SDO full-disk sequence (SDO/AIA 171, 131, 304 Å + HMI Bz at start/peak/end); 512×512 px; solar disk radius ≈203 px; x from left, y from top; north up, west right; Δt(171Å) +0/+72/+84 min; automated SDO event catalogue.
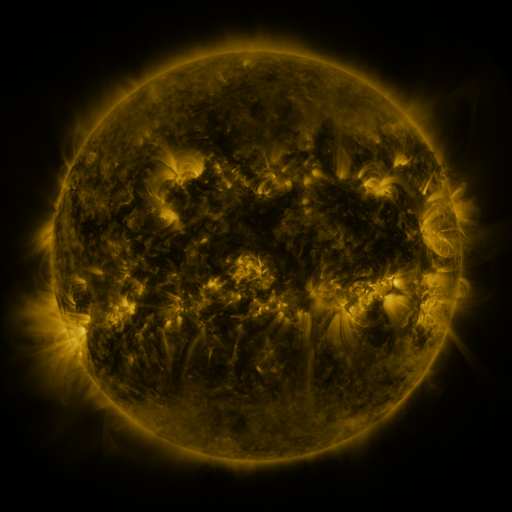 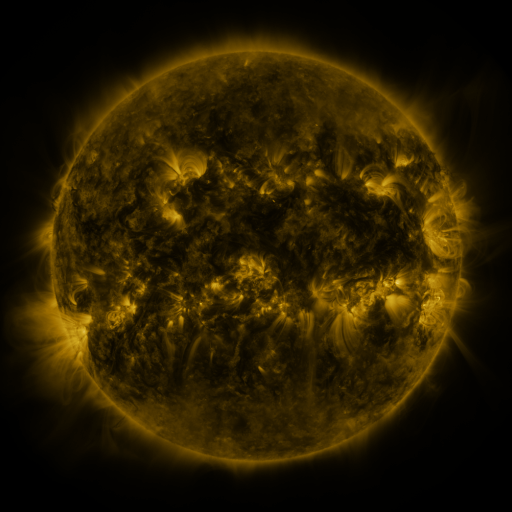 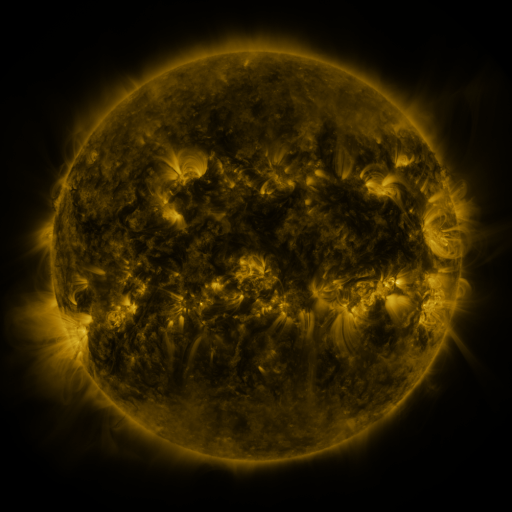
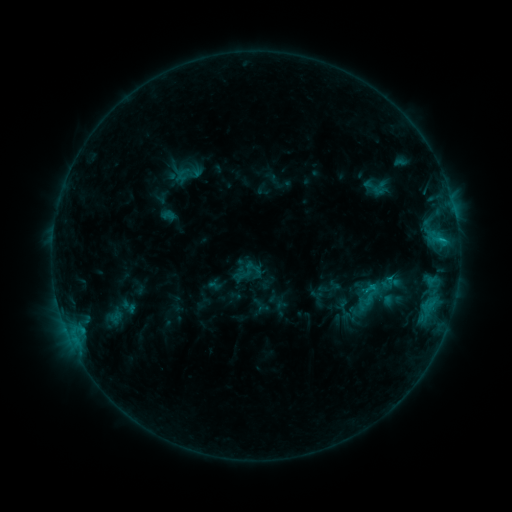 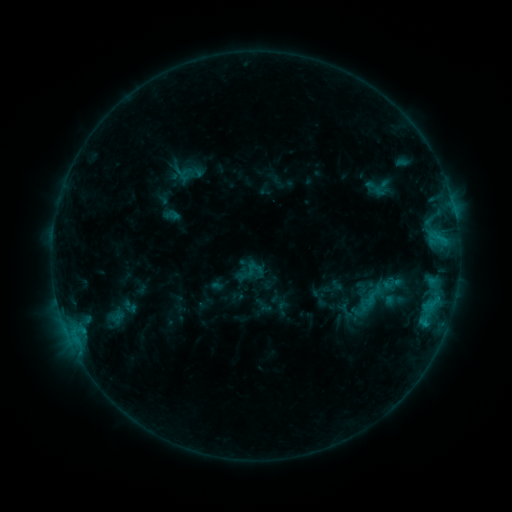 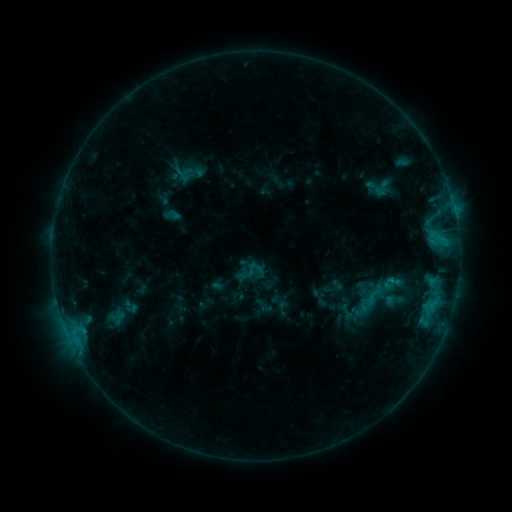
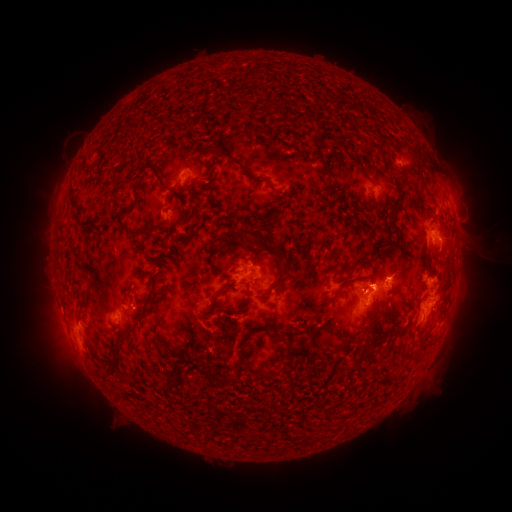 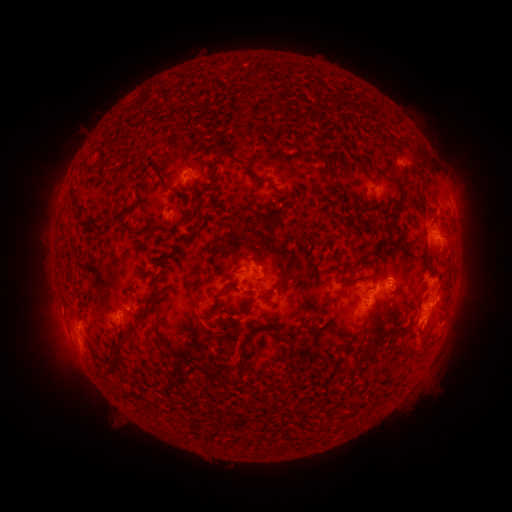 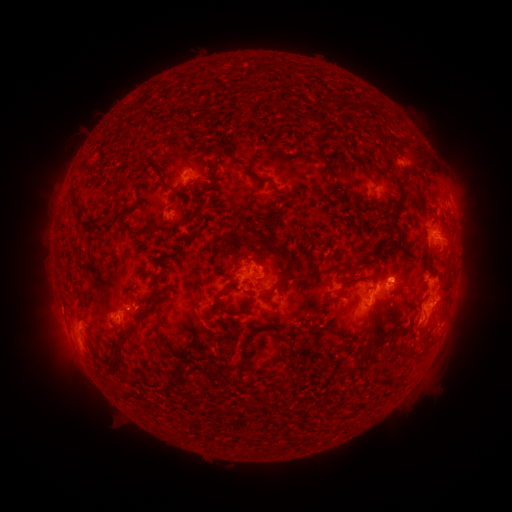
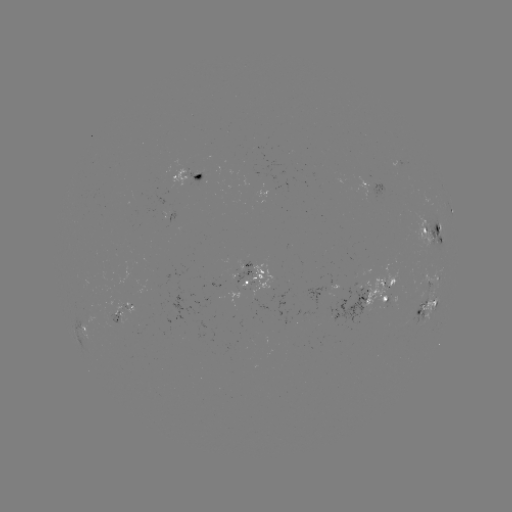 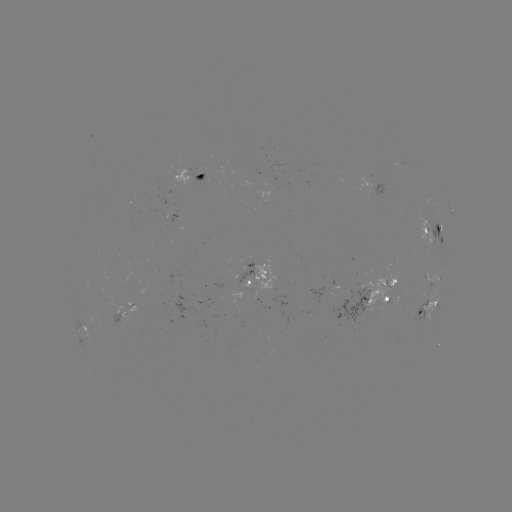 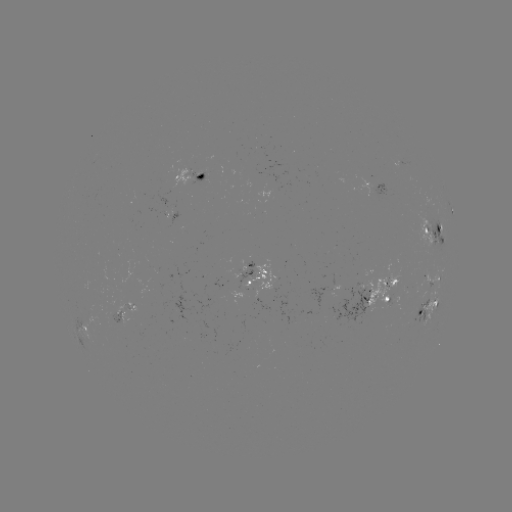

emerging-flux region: <bbox>117, 299, 131, 310</bbox>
